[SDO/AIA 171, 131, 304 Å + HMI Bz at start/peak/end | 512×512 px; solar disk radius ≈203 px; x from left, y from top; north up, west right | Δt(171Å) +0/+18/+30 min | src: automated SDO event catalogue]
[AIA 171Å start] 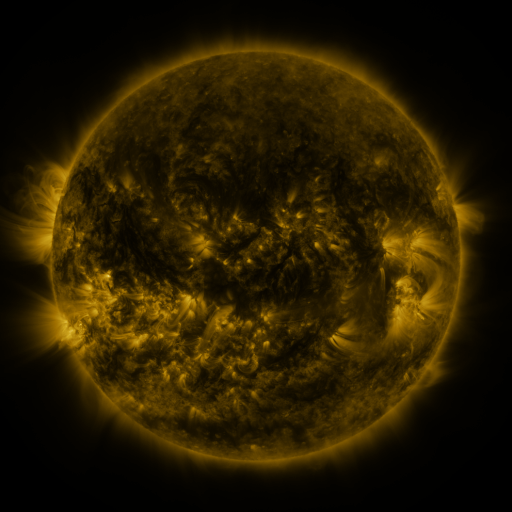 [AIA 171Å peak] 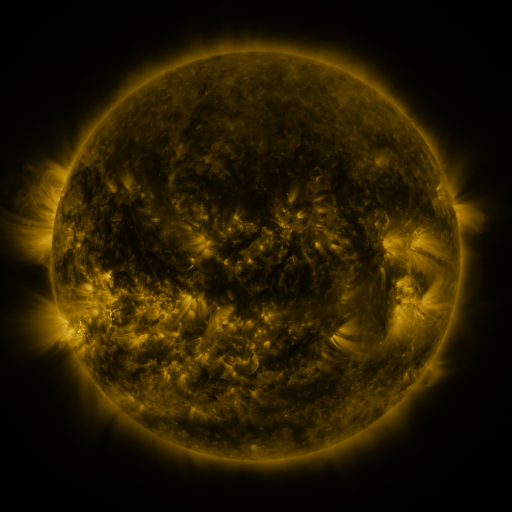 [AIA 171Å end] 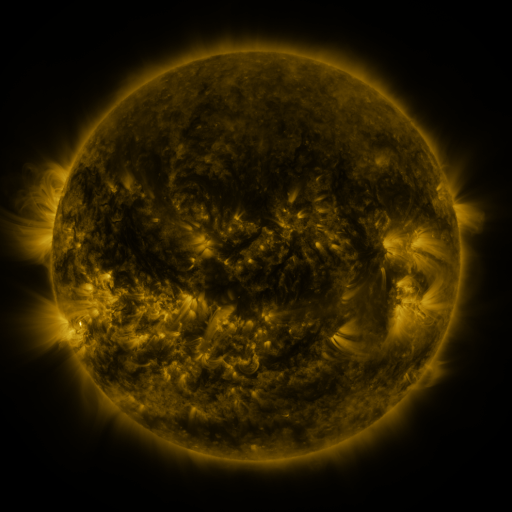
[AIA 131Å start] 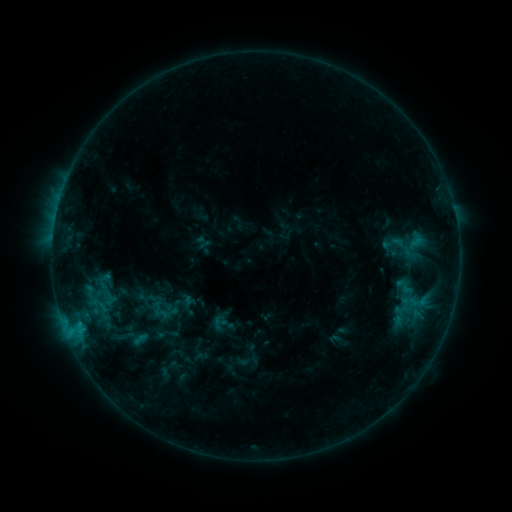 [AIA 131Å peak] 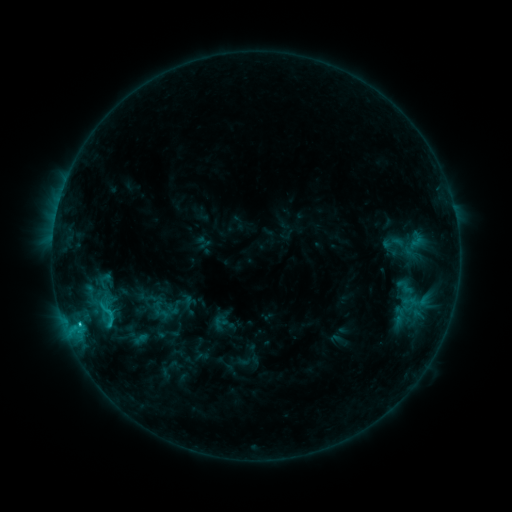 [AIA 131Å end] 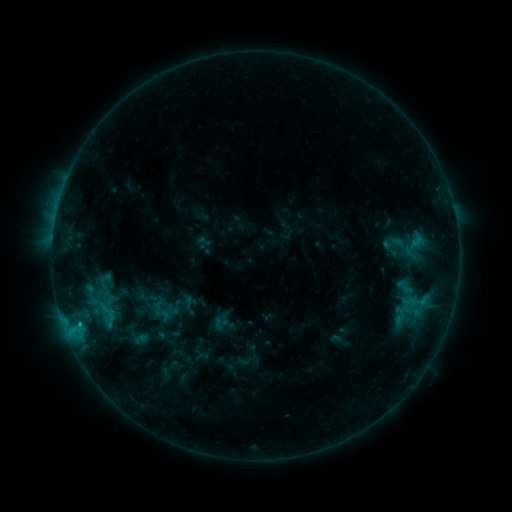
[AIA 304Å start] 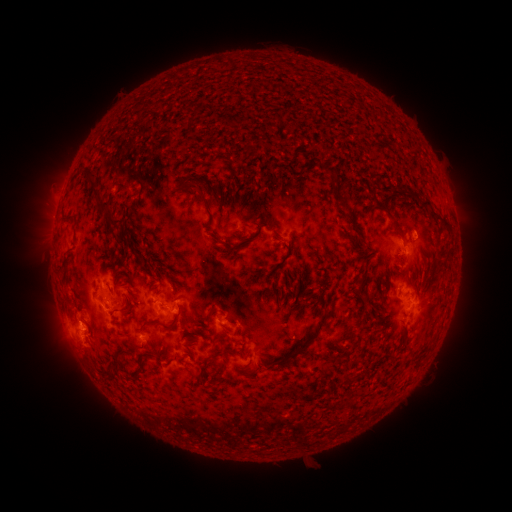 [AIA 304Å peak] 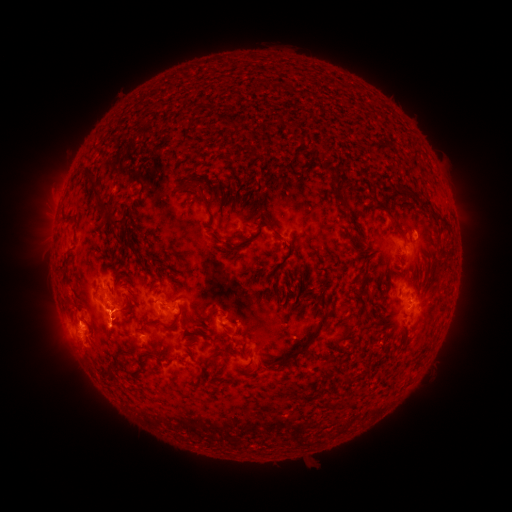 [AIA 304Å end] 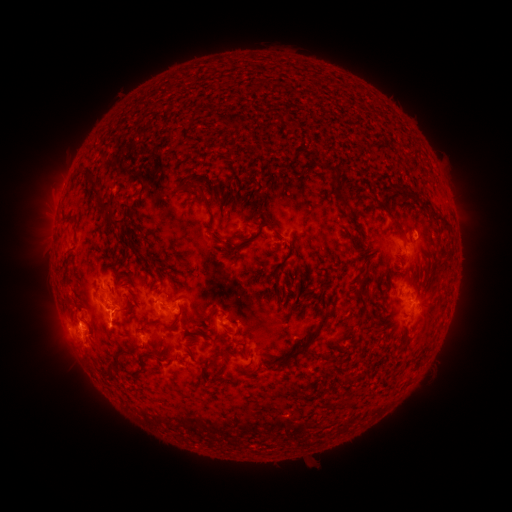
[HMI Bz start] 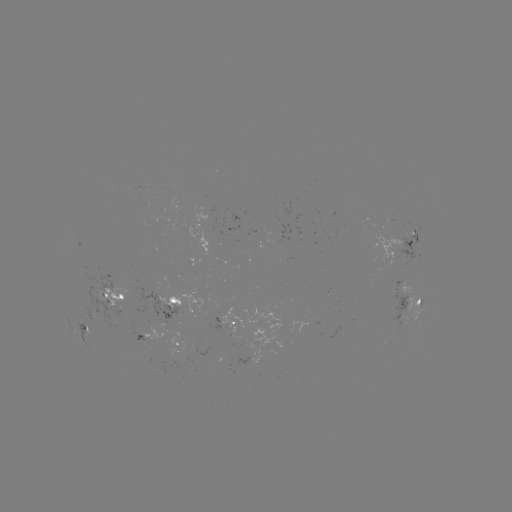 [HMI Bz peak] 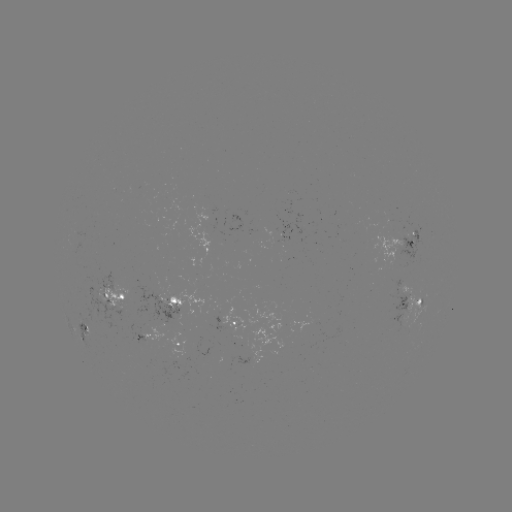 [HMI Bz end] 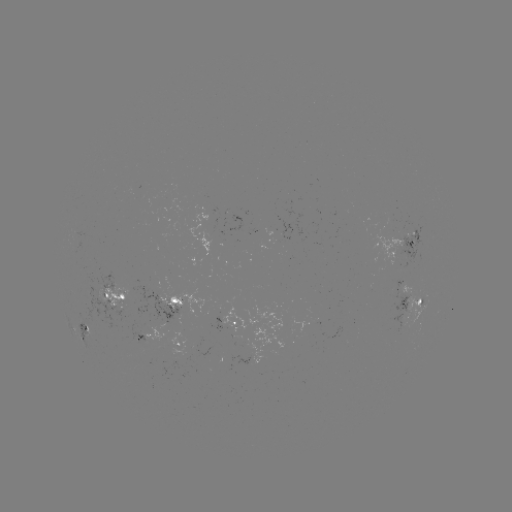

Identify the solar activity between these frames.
C1.9 flare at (79, 323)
